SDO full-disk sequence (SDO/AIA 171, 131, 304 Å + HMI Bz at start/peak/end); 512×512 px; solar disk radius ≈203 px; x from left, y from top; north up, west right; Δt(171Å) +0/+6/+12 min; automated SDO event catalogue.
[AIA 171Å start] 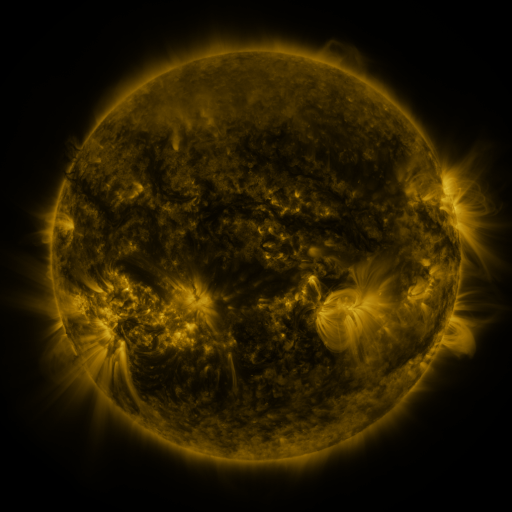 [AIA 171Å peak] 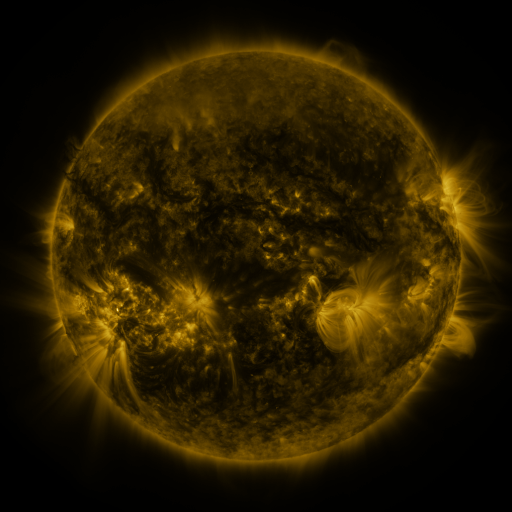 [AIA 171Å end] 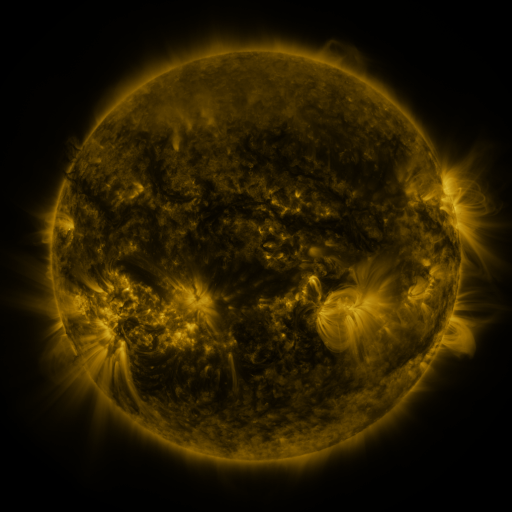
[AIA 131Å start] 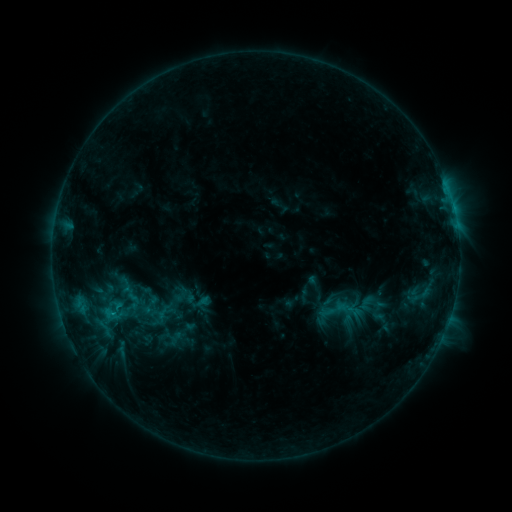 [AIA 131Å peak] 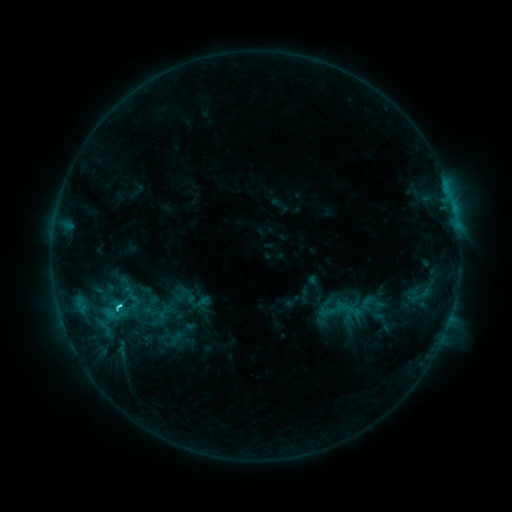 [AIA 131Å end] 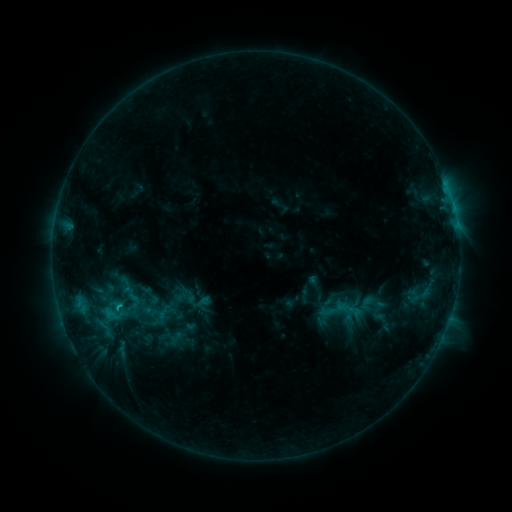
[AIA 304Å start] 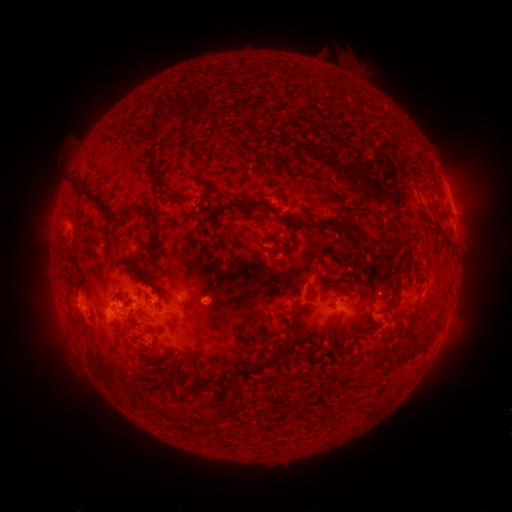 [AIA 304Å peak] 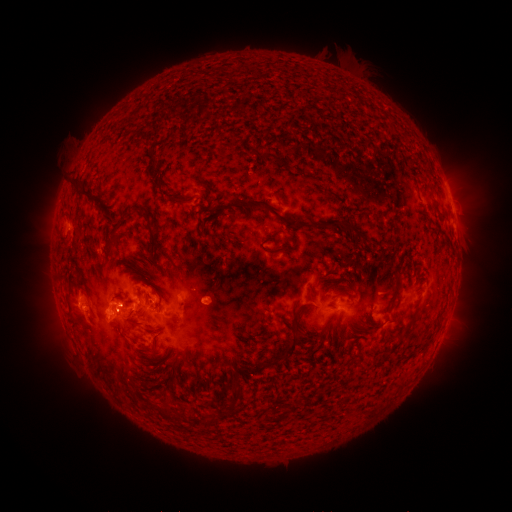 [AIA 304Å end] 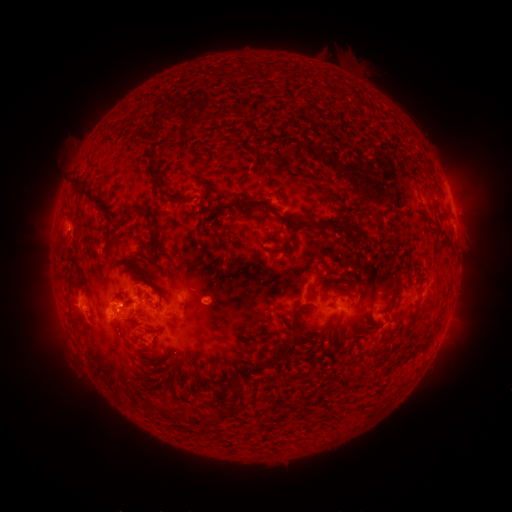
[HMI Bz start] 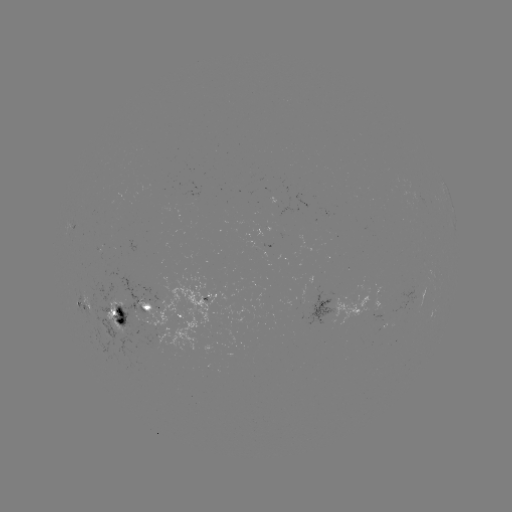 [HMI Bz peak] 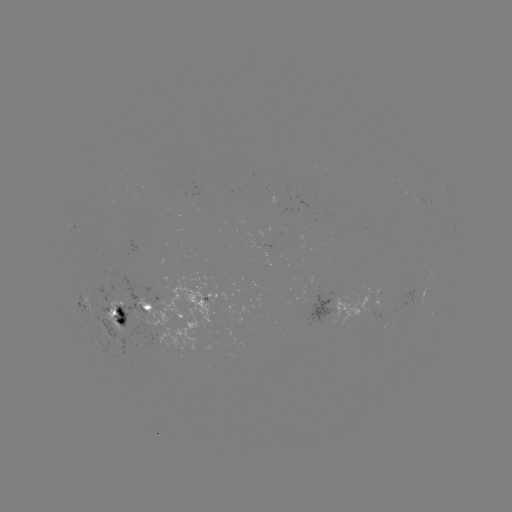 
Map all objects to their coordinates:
C2.4 flare: (120, 305)
